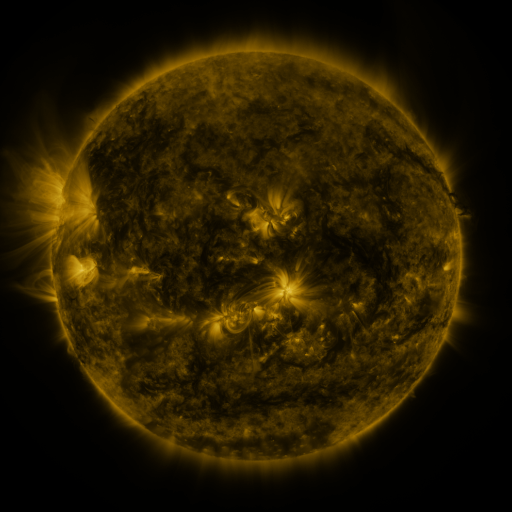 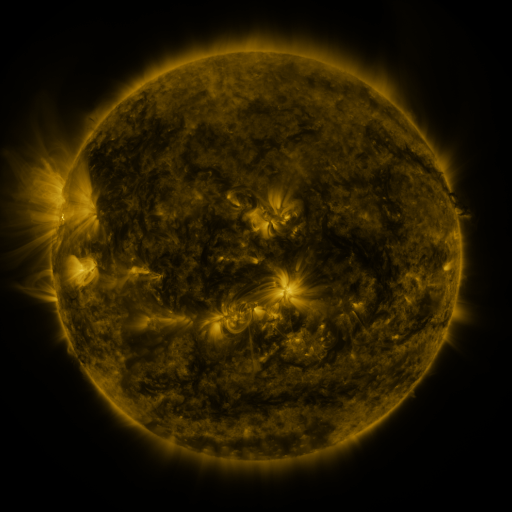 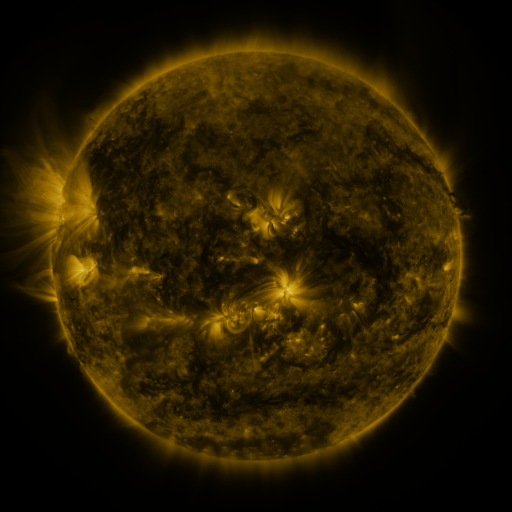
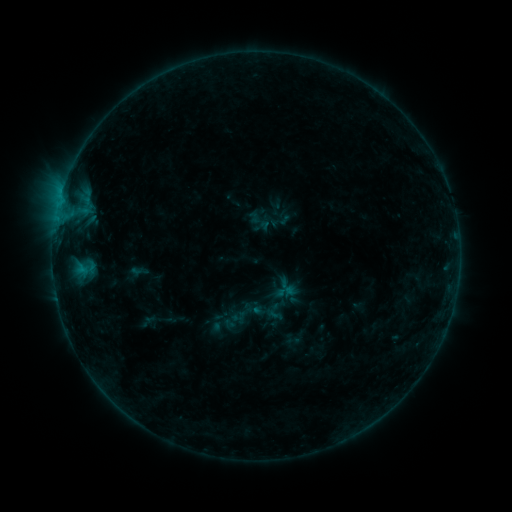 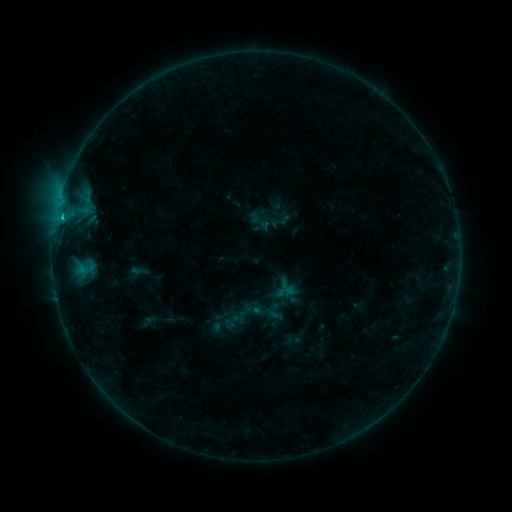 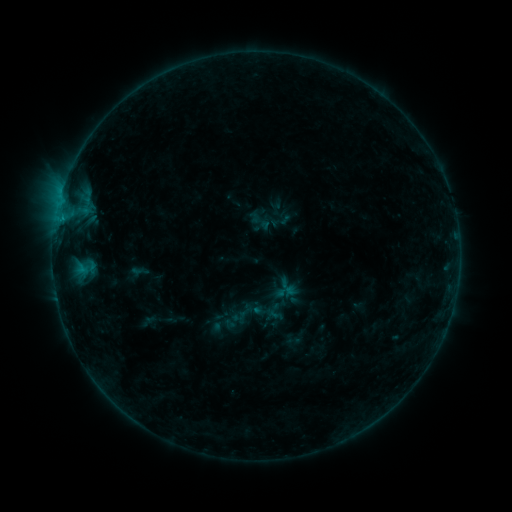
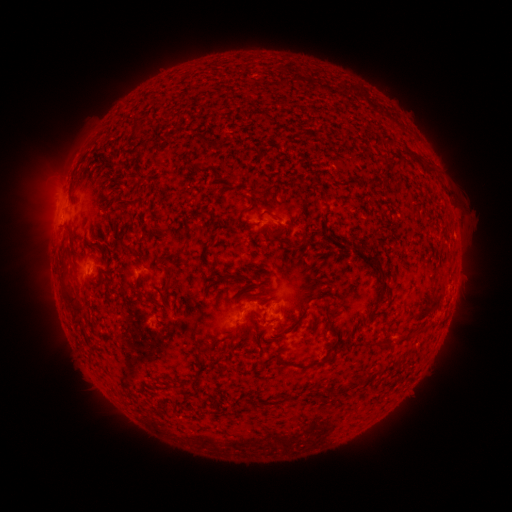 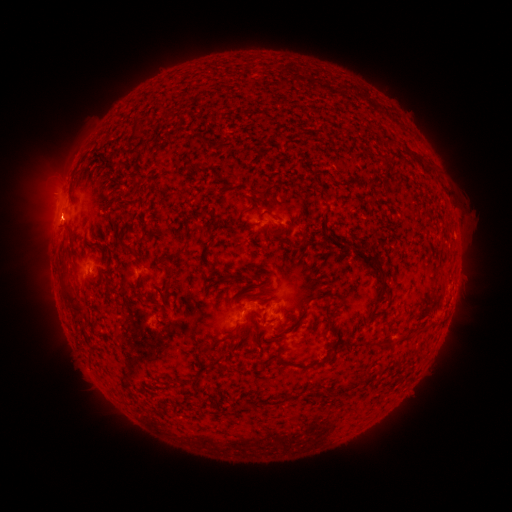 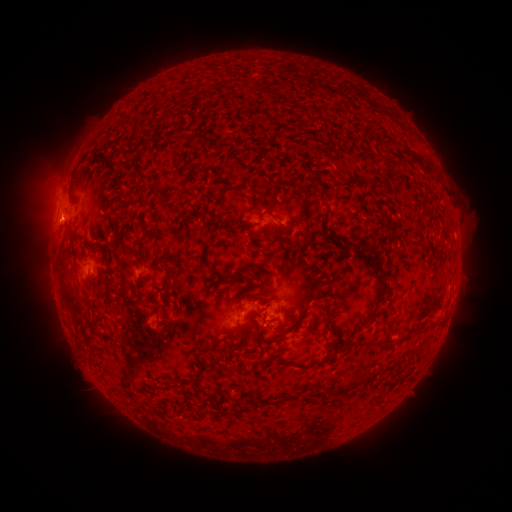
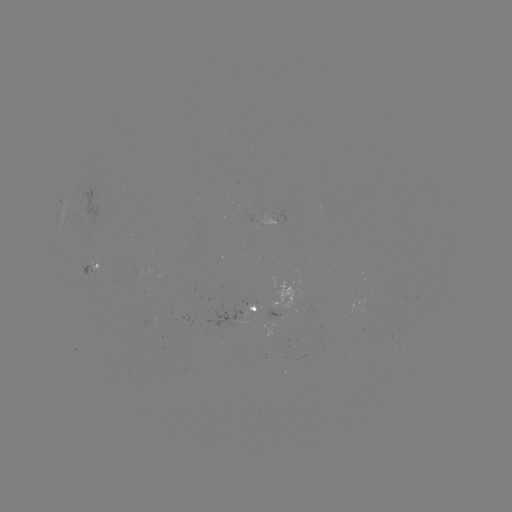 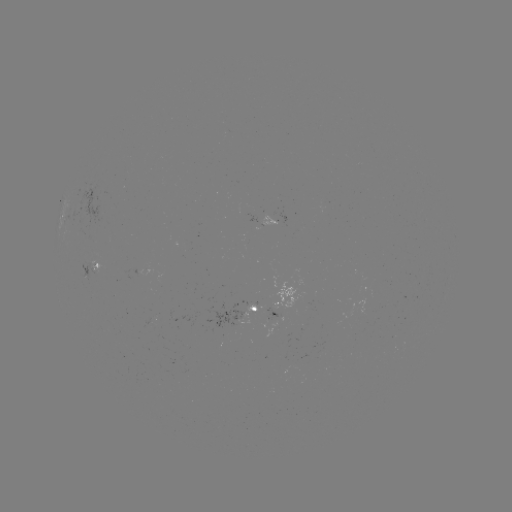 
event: flare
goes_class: B7.6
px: (62, 220)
